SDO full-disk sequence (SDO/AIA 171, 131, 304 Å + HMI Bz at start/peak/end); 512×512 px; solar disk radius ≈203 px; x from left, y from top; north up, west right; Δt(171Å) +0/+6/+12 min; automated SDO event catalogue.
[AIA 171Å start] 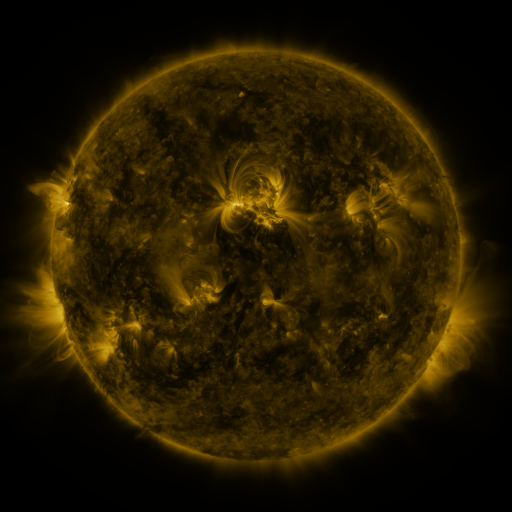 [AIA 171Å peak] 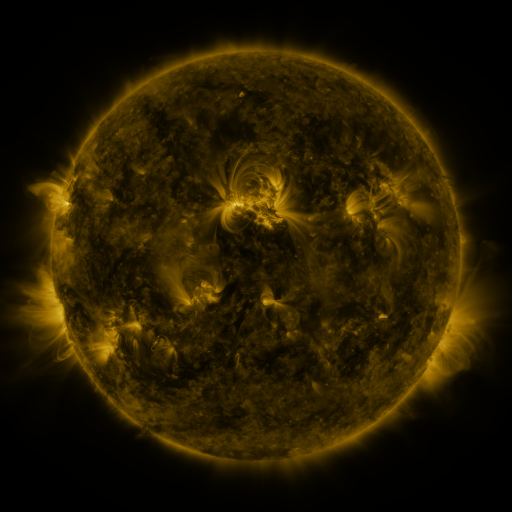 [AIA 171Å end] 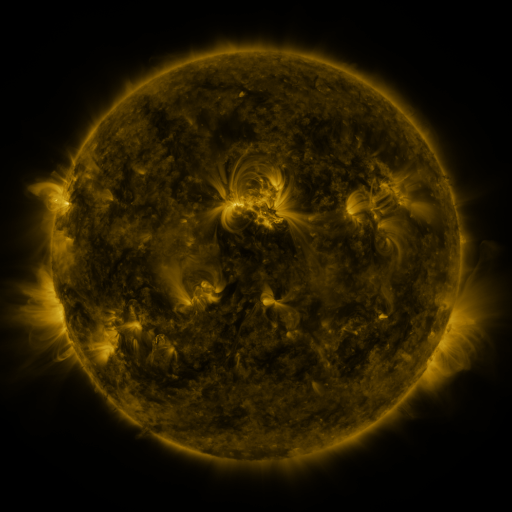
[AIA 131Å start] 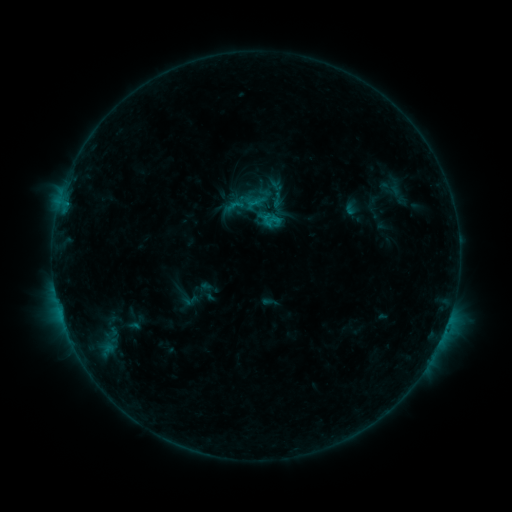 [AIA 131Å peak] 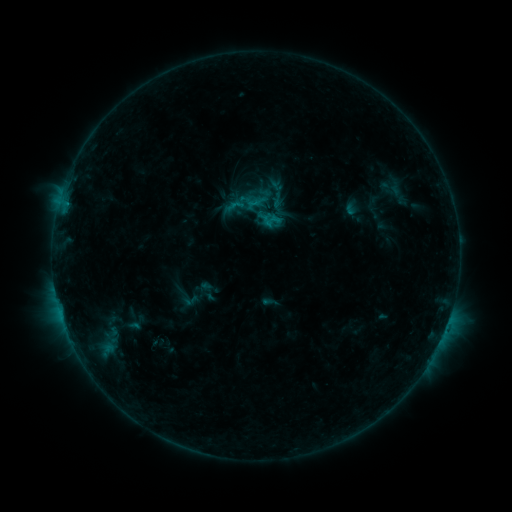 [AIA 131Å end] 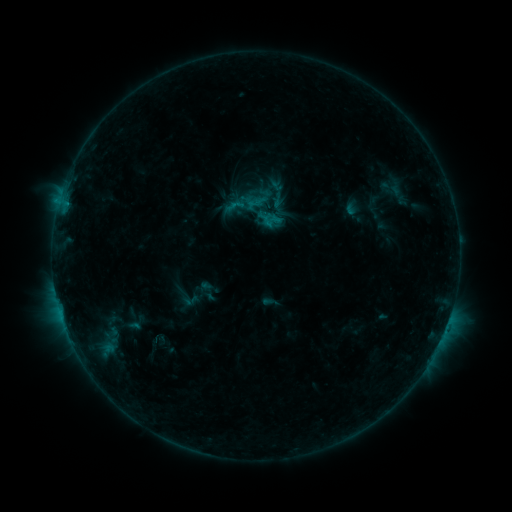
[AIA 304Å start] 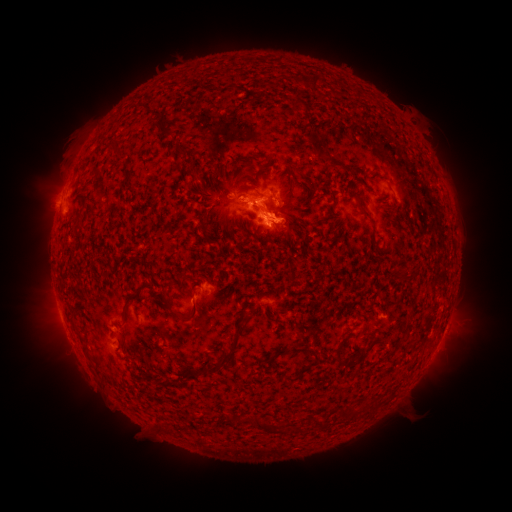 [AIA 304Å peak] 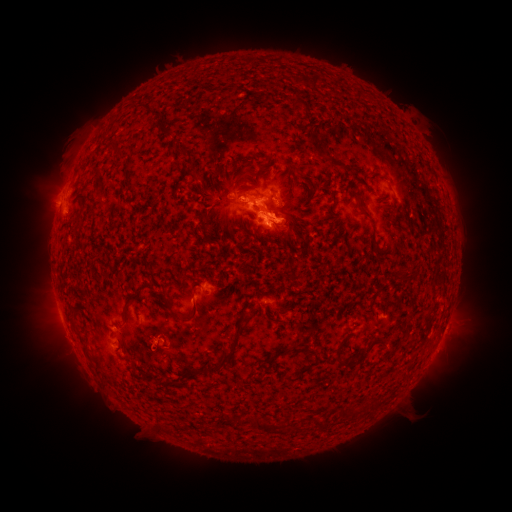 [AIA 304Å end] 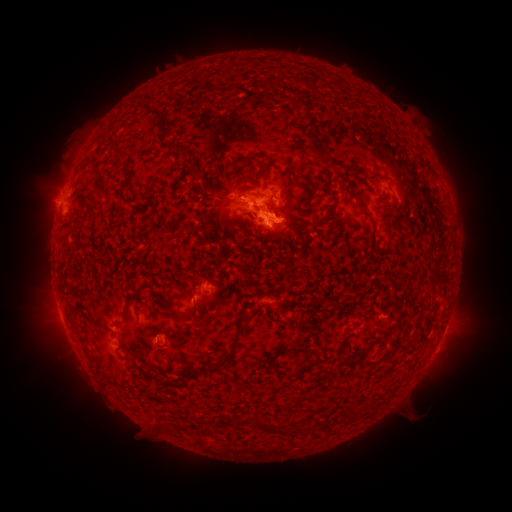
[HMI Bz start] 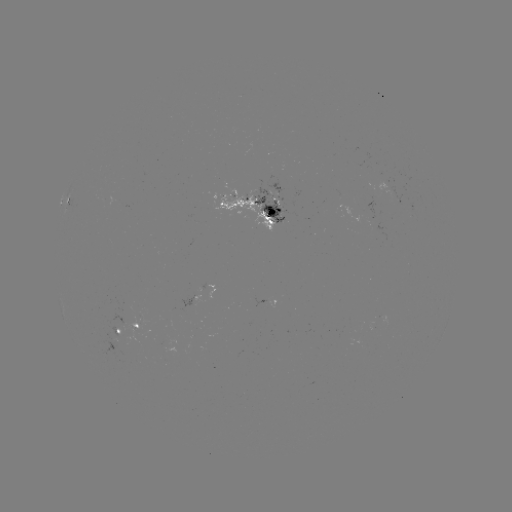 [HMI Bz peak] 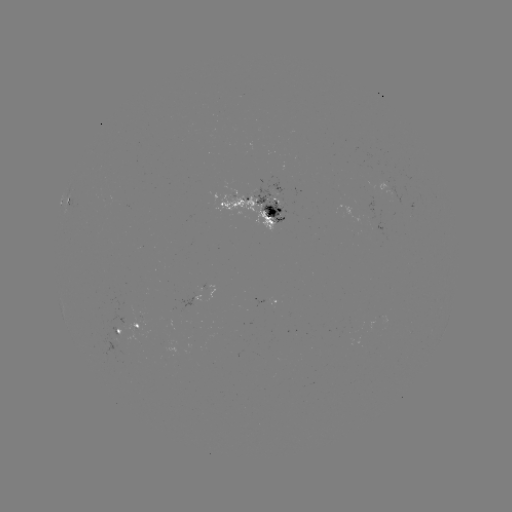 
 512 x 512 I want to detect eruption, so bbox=[131, 326, 185, 376].